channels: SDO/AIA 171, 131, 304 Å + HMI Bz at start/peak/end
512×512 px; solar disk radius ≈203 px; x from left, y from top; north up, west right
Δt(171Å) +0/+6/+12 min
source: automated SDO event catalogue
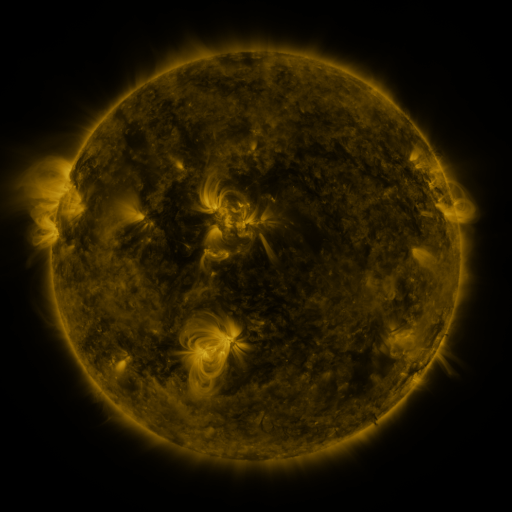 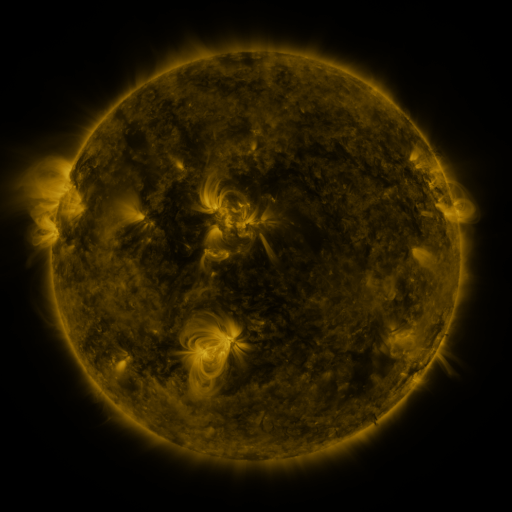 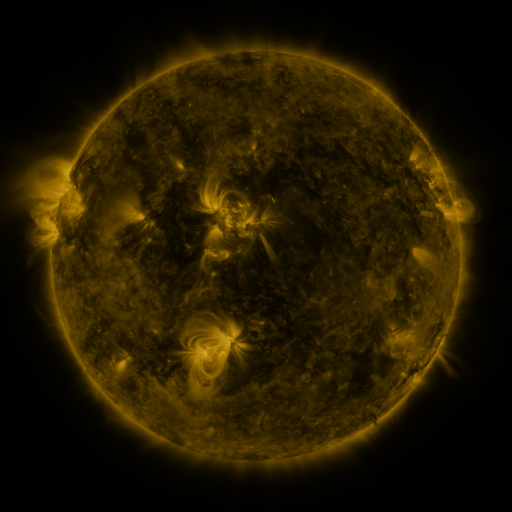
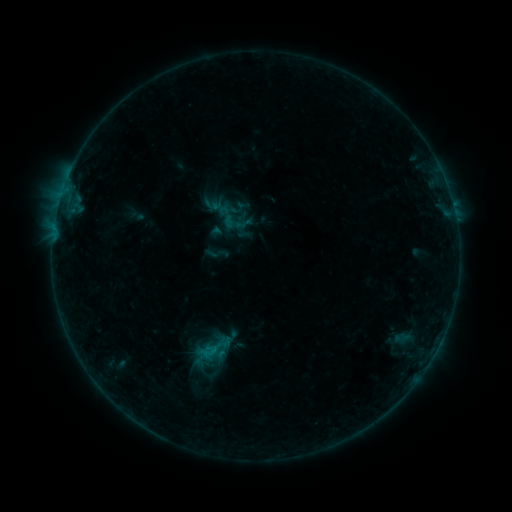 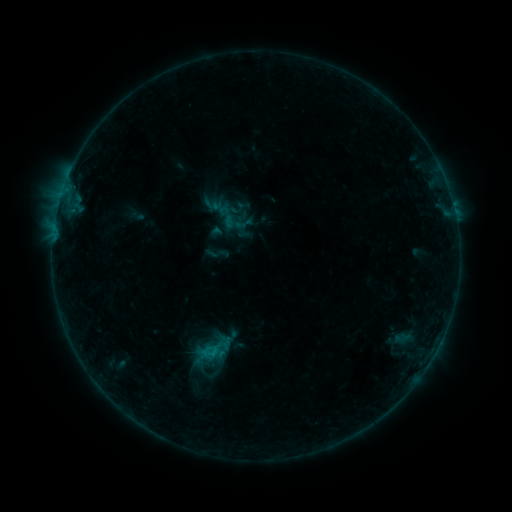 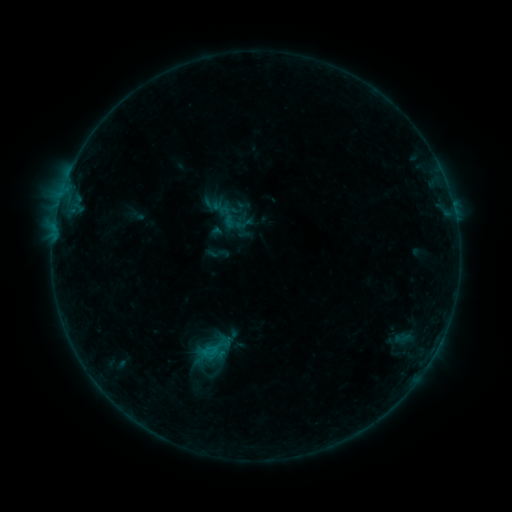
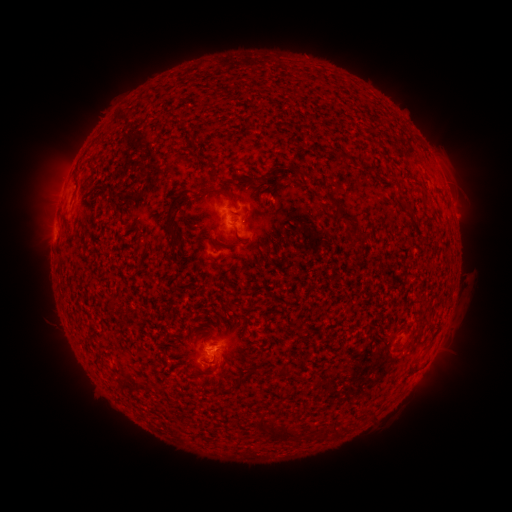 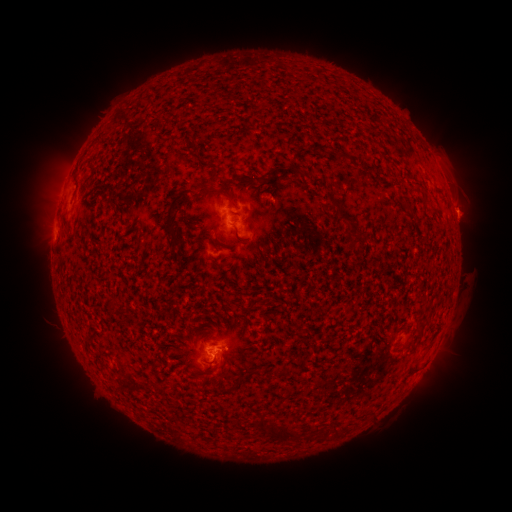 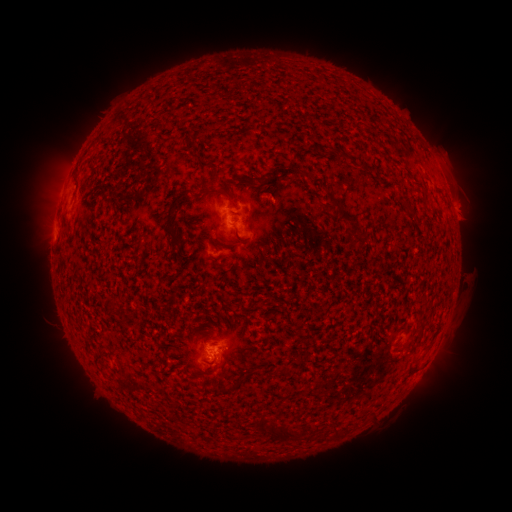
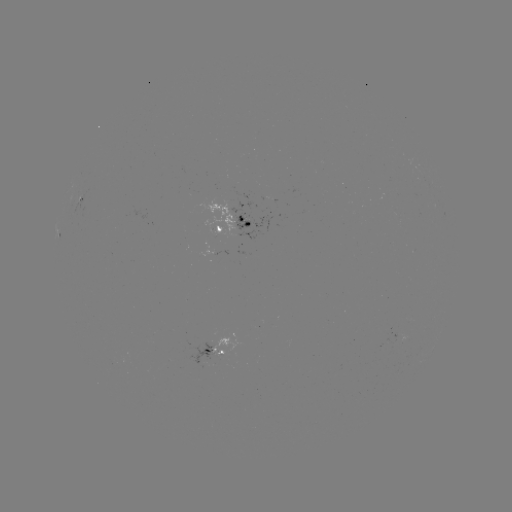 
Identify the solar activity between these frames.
eruption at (465, 214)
